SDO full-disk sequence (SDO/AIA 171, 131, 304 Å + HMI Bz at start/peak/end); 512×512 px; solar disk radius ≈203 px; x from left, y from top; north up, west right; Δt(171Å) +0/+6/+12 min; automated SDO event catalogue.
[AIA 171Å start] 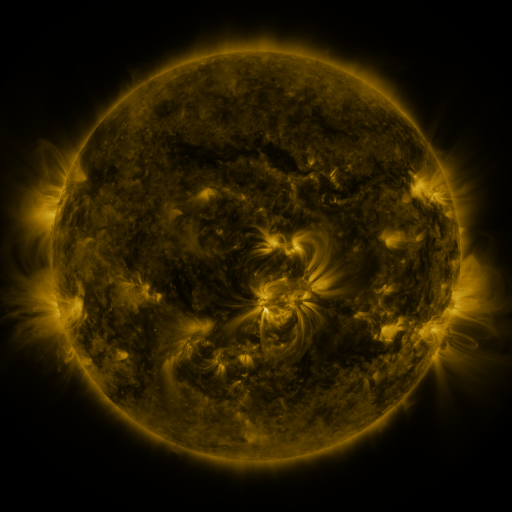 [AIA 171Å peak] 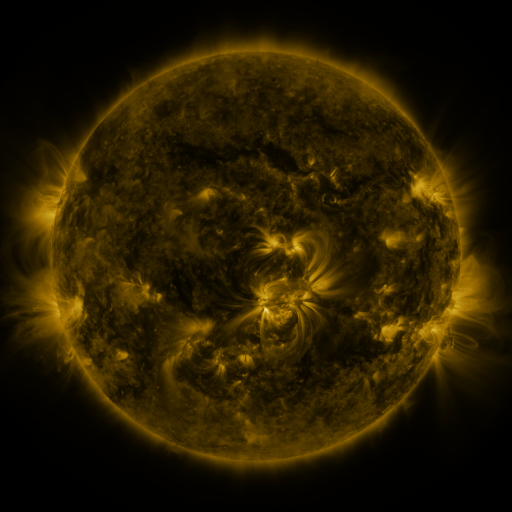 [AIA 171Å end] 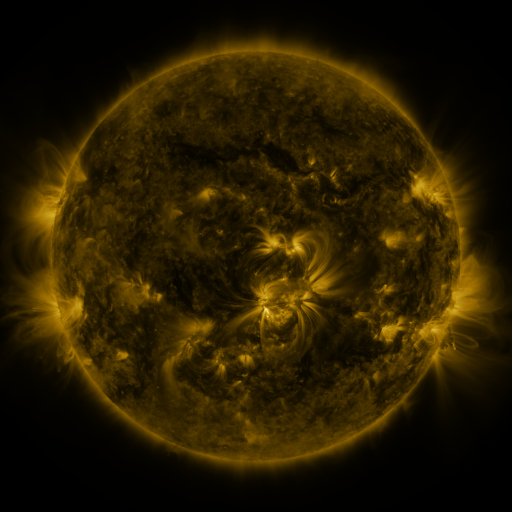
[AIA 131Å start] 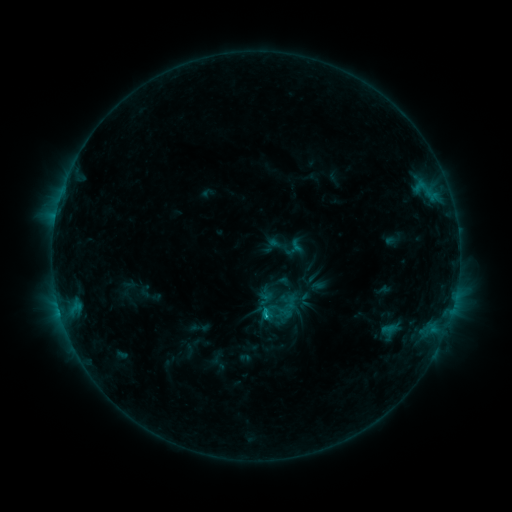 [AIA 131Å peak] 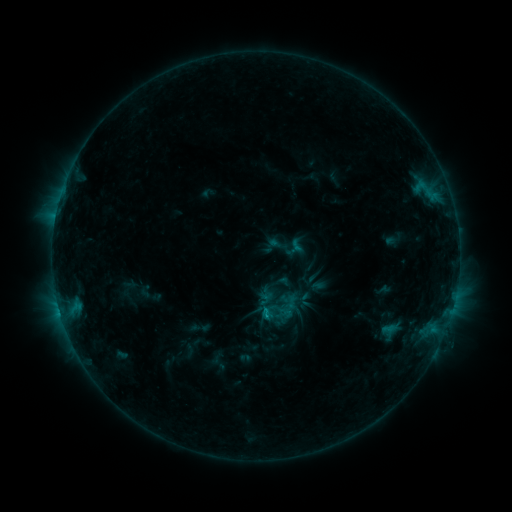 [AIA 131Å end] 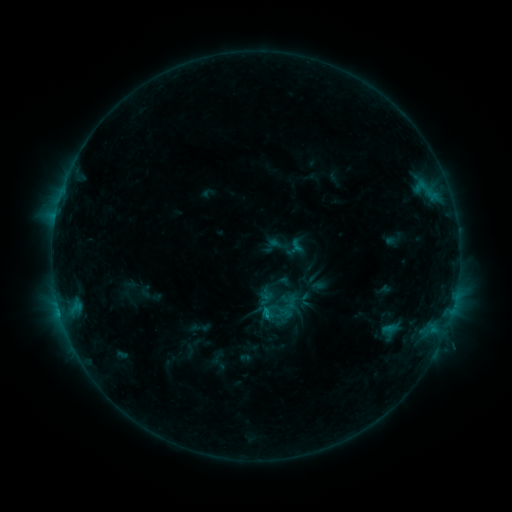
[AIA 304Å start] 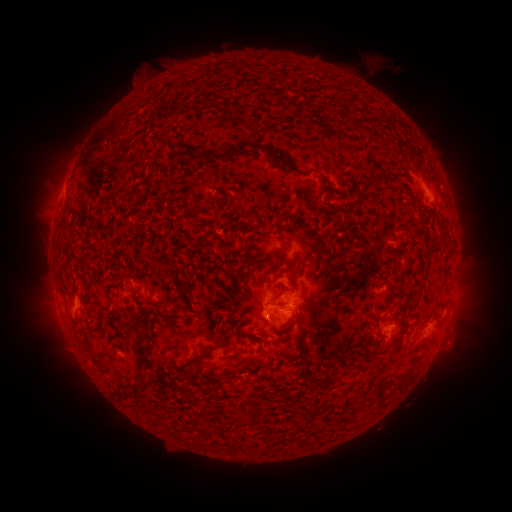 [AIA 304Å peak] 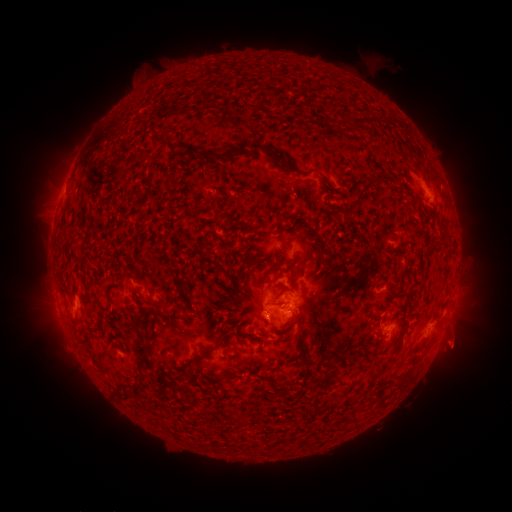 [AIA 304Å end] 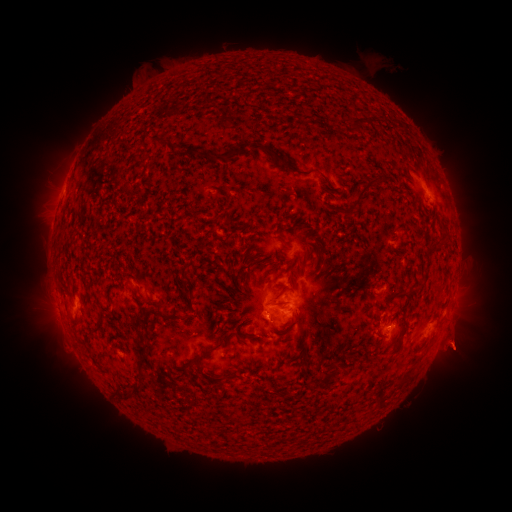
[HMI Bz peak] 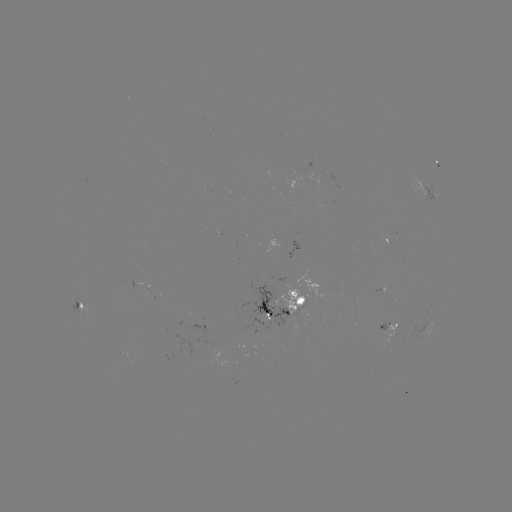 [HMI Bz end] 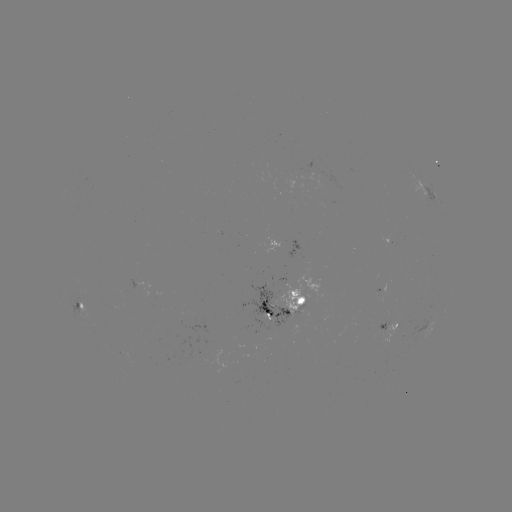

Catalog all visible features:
eruption: (457, 347)
